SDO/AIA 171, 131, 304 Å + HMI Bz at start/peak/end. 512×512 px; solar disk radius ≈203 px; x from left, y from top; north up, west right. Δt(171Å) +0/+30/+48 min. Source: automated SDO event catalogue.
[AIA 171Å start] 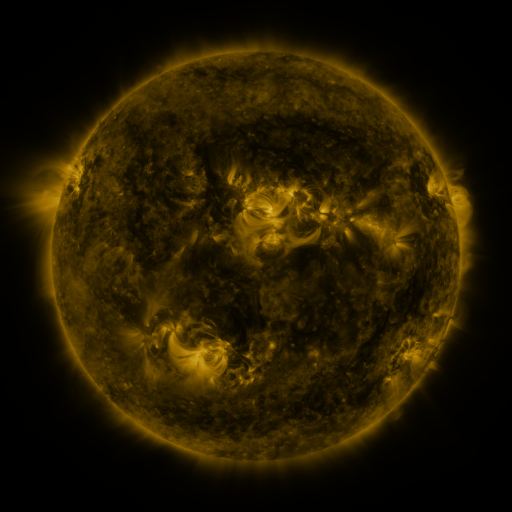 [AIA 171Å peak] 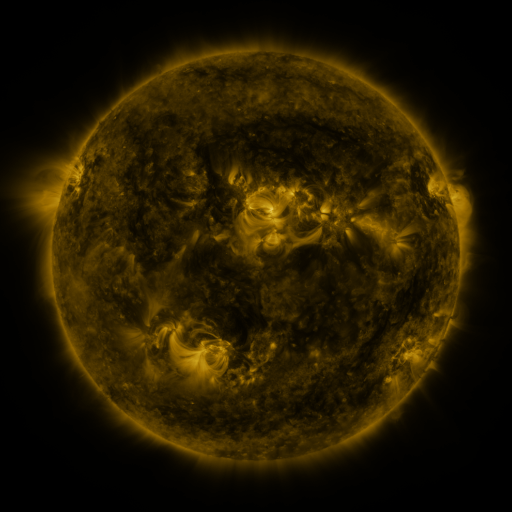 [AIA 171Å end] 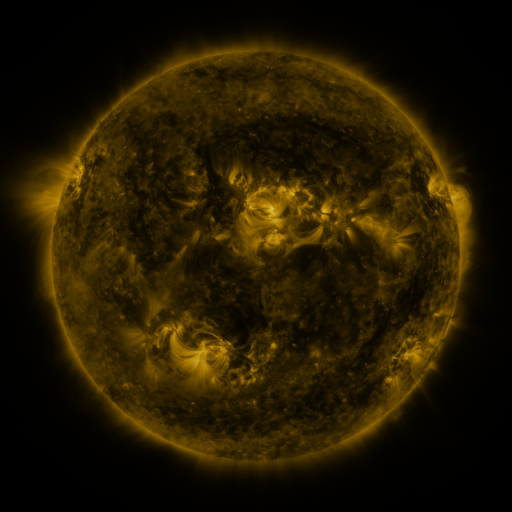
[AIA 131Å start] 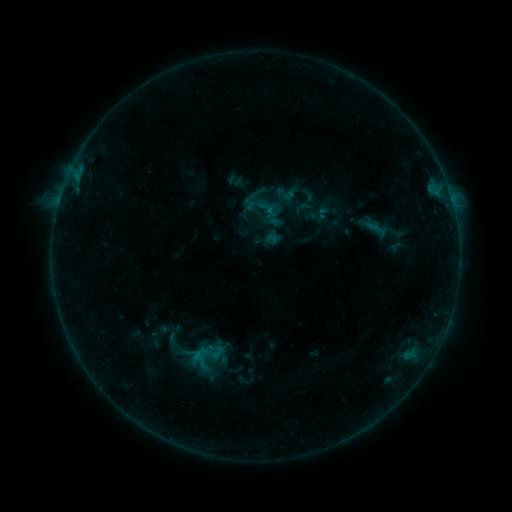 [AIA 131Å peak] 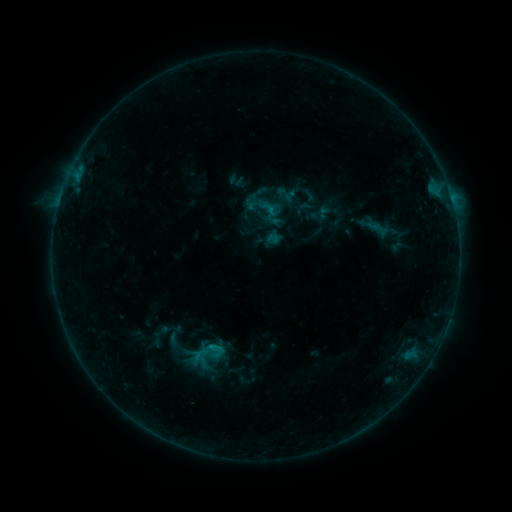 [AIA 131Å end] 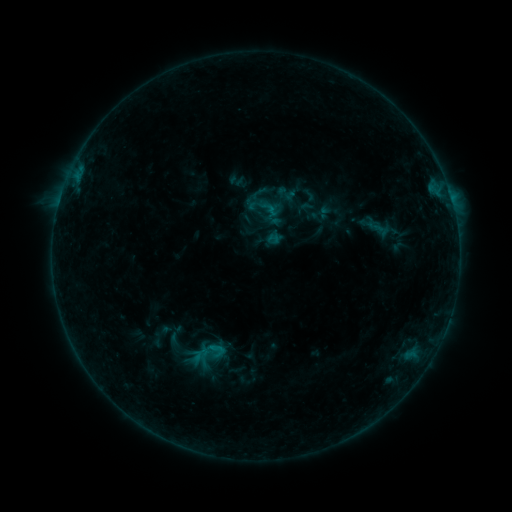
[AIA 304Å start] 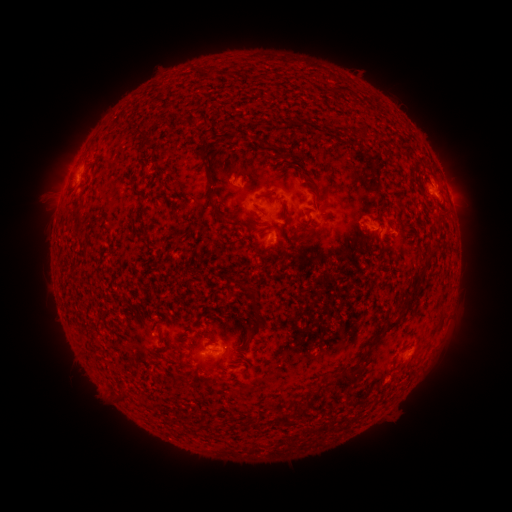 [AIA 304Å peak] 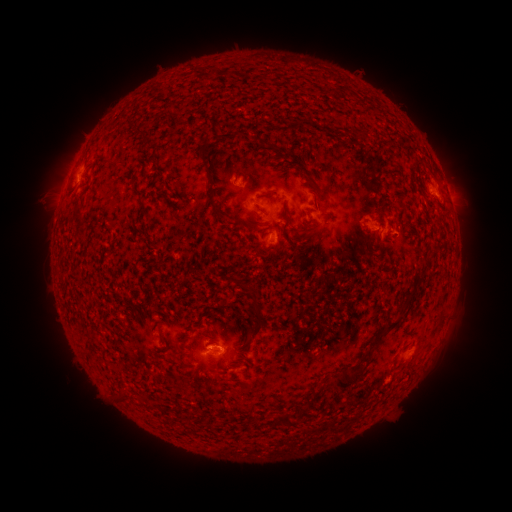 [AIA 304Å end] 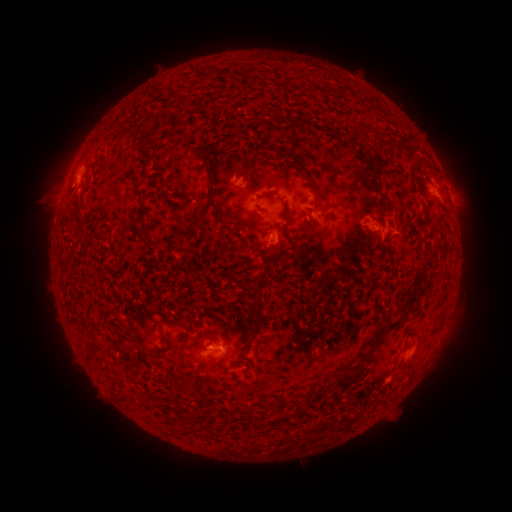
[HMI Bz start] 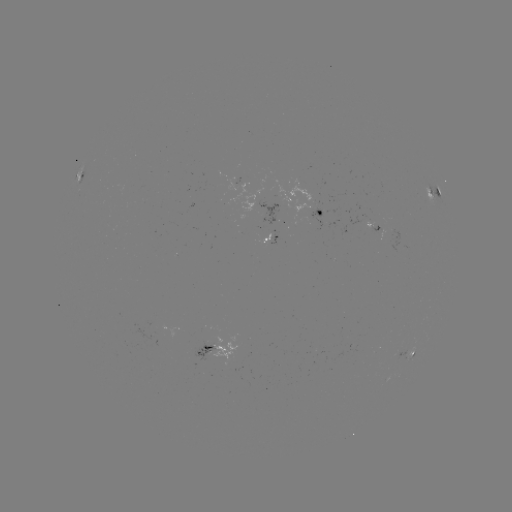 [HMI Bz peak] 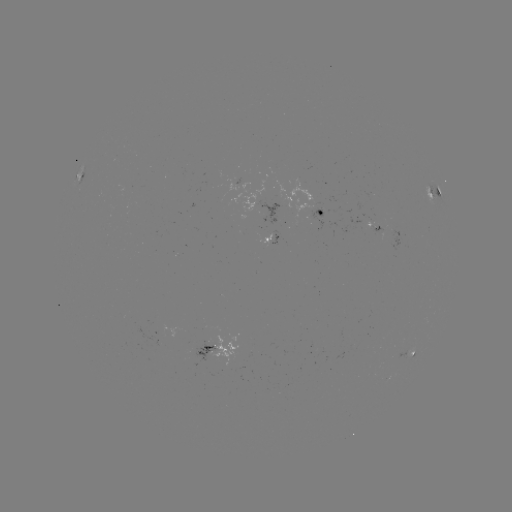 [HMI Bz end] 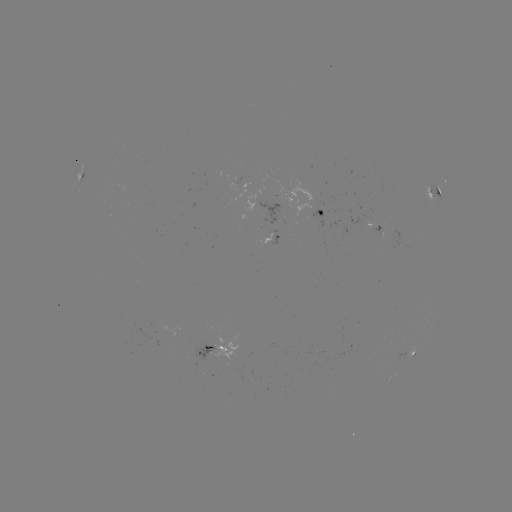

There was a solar flare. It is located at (213, 343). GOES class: B4.4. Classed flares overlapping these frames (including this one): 1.